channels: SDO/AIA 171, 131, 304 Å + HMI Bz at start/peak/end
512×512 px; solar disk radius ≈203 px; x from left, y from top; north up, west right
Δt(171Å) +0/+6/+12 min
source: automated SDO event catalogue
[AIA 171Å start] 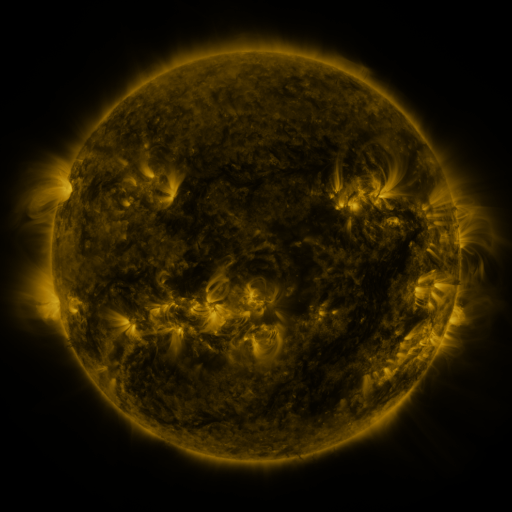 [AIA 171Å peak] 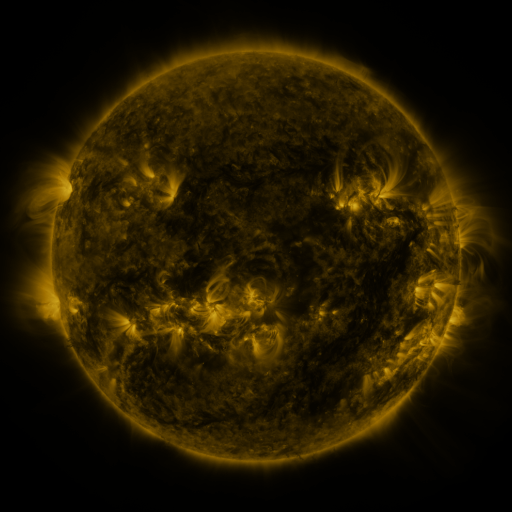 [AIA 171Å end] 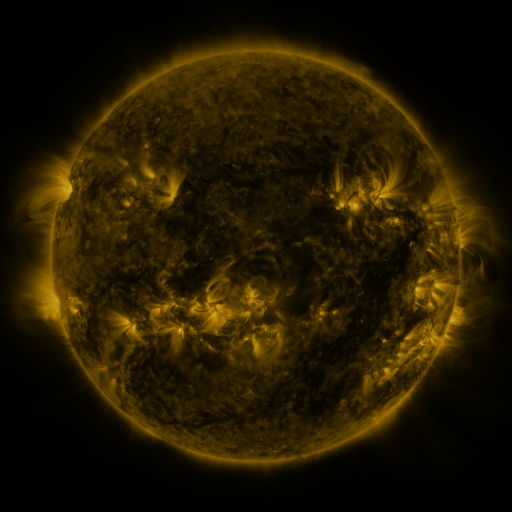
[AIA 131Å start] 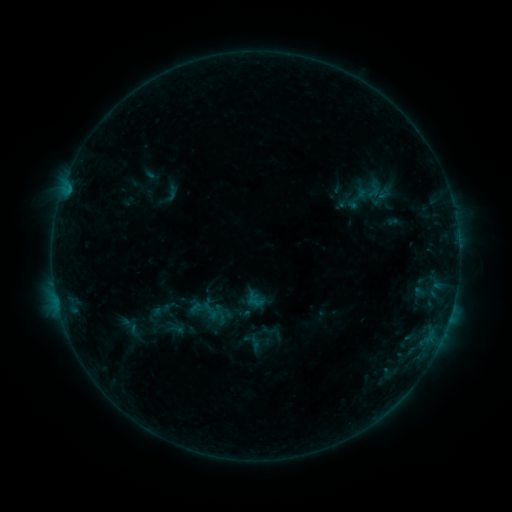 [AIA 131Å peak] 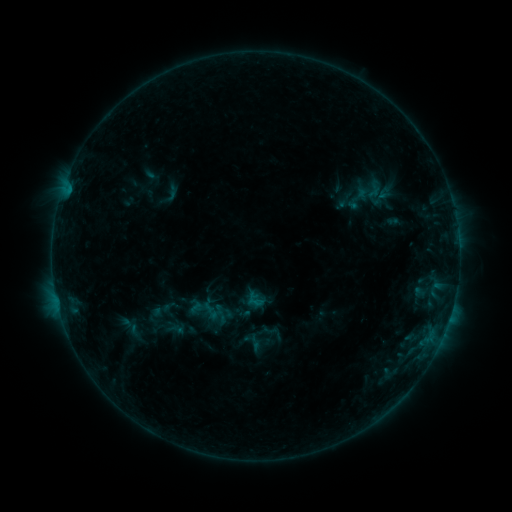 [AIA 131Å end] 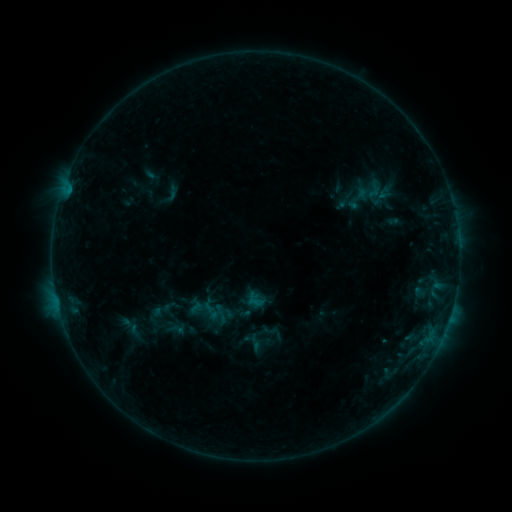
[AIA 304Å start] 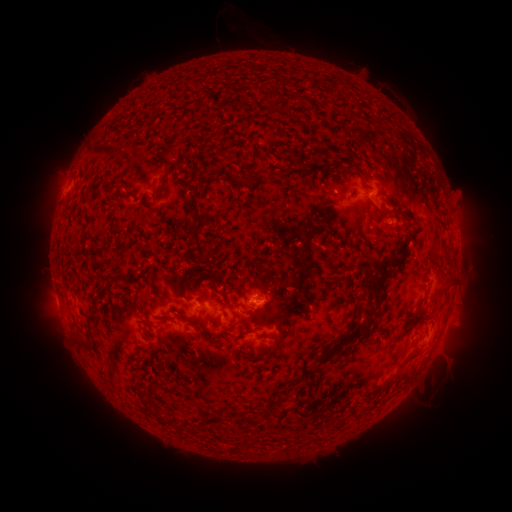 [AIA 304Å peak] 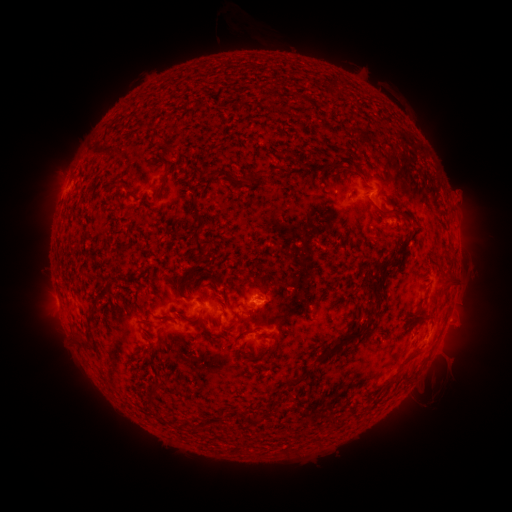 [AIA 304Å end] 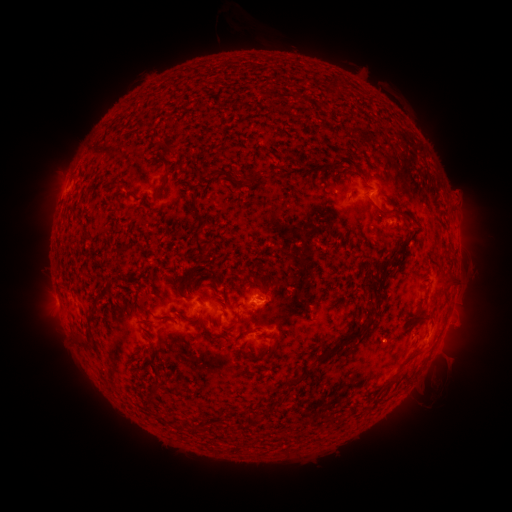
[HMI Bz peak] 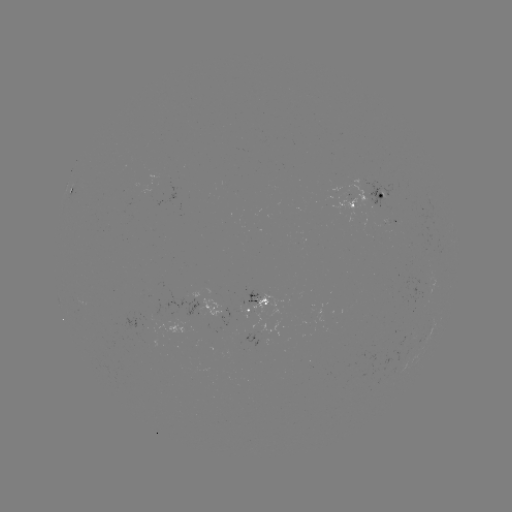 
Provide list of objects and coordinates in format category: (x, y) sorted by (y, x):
eruption: (460, 319)
